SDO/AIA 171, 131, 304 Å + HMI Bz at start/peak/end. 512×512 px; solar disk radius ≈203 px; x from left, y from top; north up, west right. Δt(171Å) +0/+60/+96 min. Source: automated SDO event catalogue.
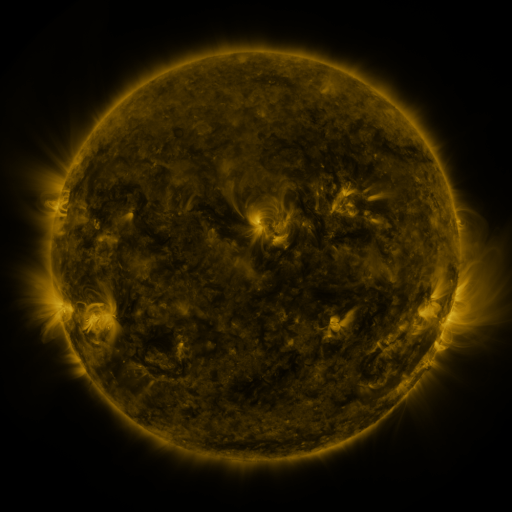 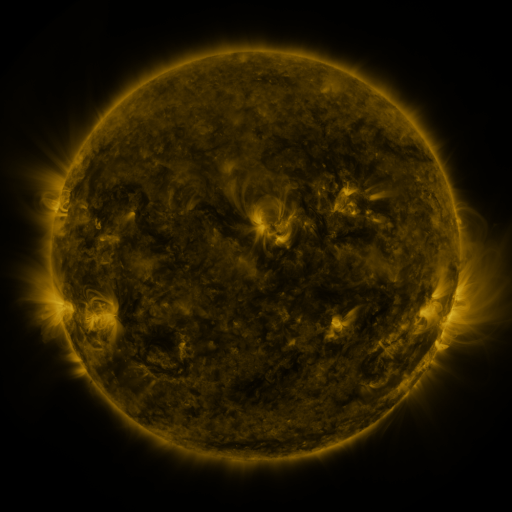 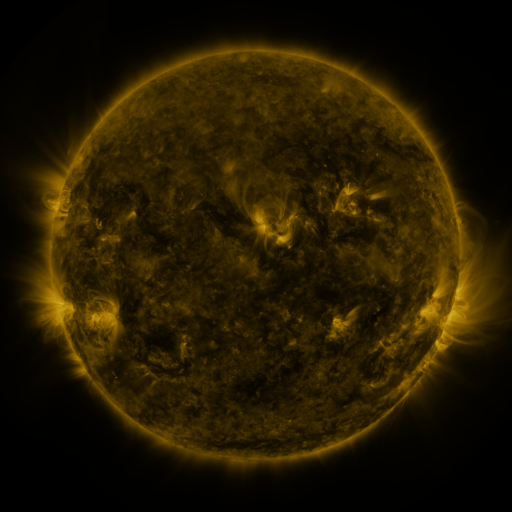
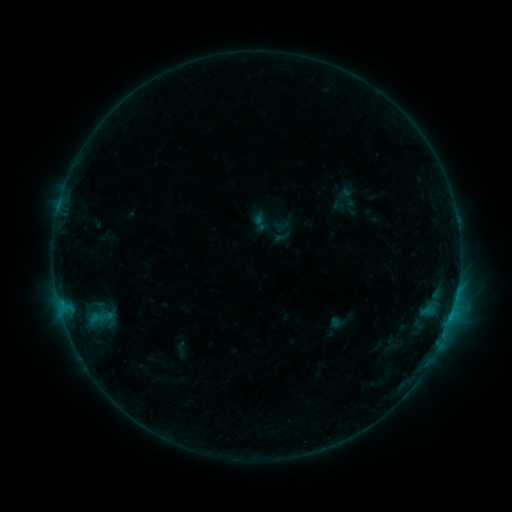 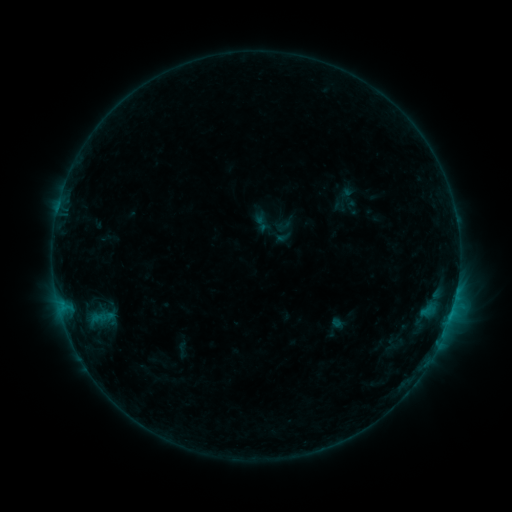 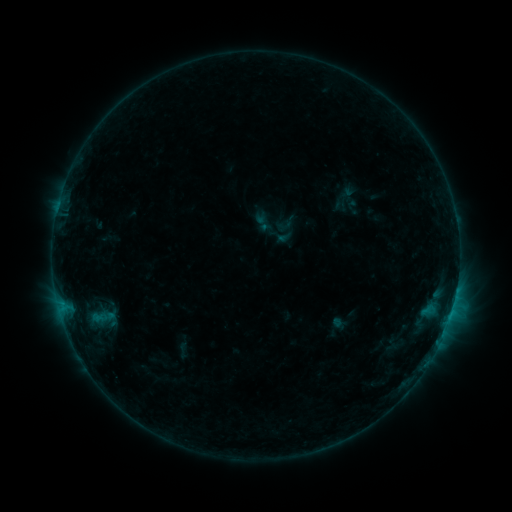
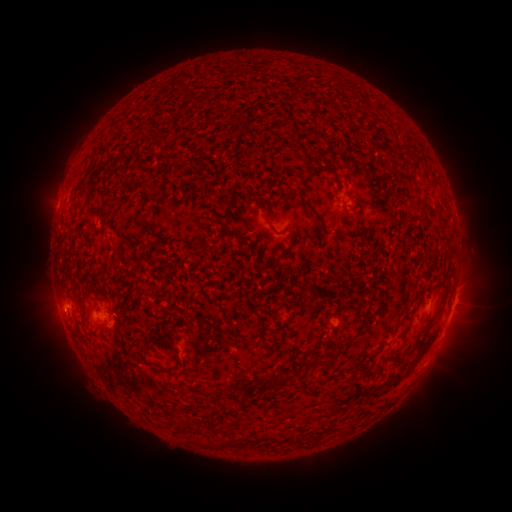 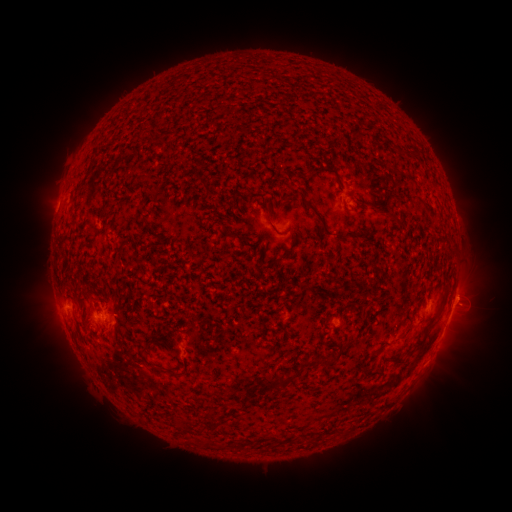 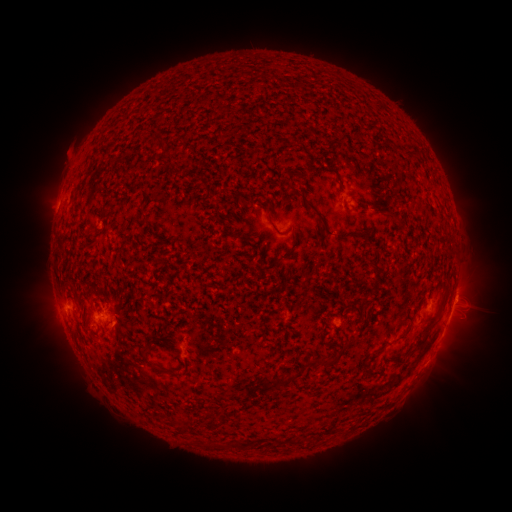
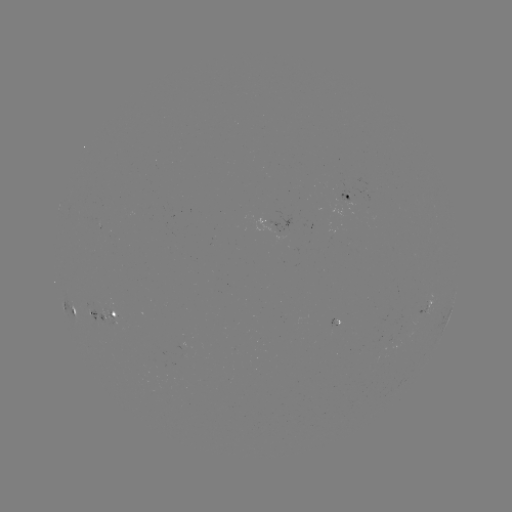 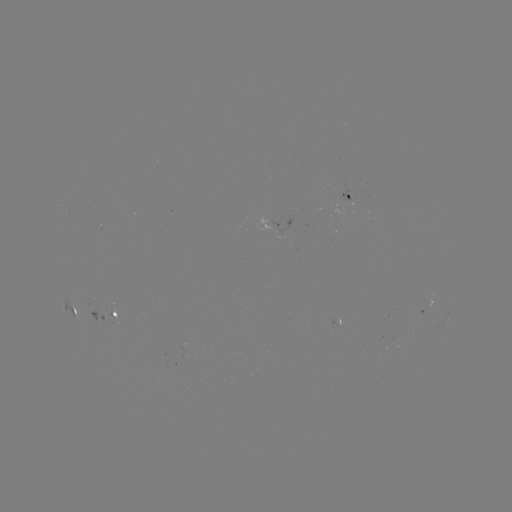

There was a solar emerging-flux region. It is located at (332, 236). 